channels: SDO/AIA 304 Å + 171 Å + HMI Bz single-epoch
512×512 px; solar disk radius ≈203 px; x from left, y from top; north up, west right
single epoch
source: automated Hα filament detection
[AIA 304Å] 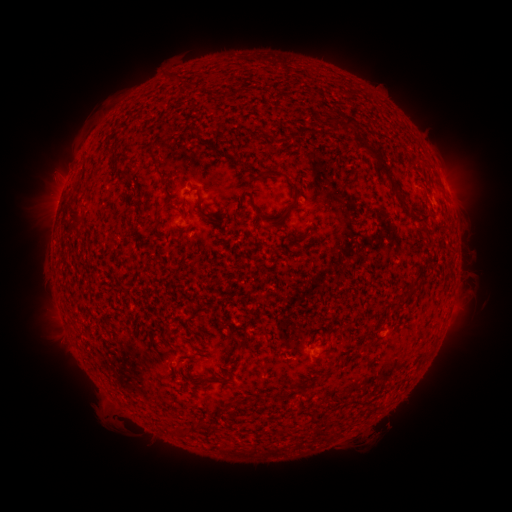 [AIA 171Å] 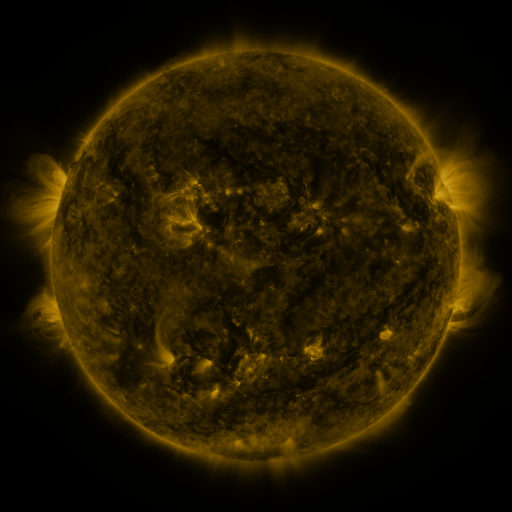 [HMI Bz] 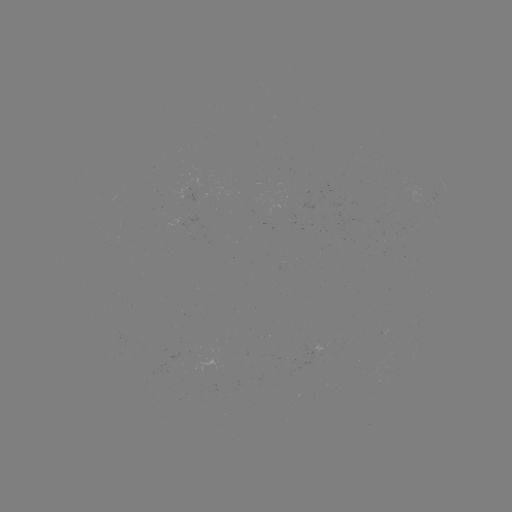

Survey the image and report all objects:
filament: [168, 73, 183, 82]
filament: [342, 116, 354, 129]
filament: [355, 140, 401, 197]
filament: [148, 147, 160, 165]
filament: [110, 151, 122, 163]
filament: [256, 170, 283, 179]
filament: [124, 173, 136, 183]
filament: [159, 175, 174, 198]
filament: [287, 179, 300, 207]
filament: [196, 192, 204, 212]
filament: [249, 200, 267, 220]
filament: [68, 203, 84, 225]
filament: [409, 209, 418, 219]
filament: [275, 210, 287, 224]
filament: [153, 211, 160, 227]
filament: [359, 213, 366, 225]
filament: [287, 235, 300, 248]
filament: [230, 338, 250, 354]
filament: [324, 343, 333, 354]
filament: [204, 376, 224, 384]
filament: [275, 388, 286, 400]
filament: [197, 420, 212, 430]
